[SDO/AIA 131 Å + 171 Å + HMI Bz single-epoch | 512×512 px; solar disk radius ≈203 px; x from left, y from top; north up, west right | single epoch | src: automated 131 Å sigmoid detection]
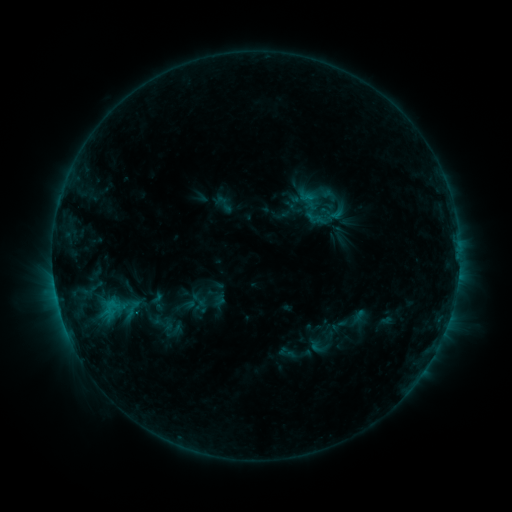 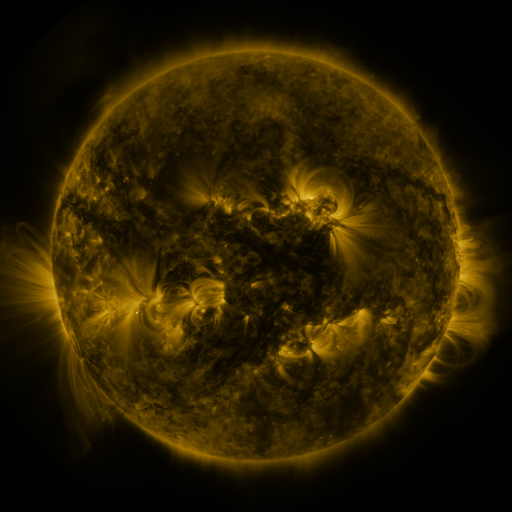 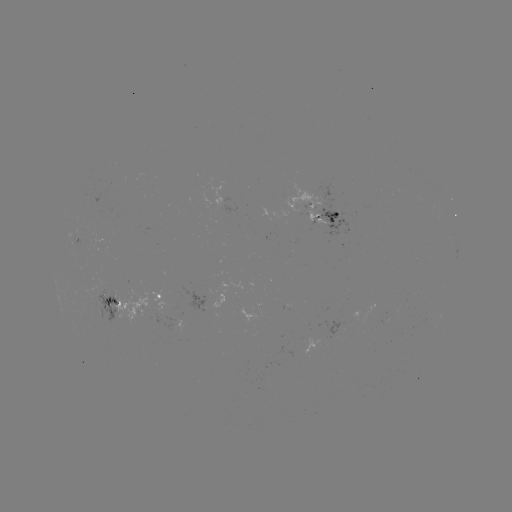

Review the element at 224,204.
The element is sigmoid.